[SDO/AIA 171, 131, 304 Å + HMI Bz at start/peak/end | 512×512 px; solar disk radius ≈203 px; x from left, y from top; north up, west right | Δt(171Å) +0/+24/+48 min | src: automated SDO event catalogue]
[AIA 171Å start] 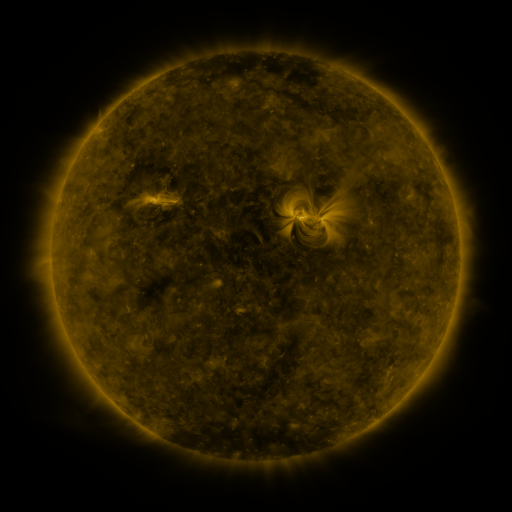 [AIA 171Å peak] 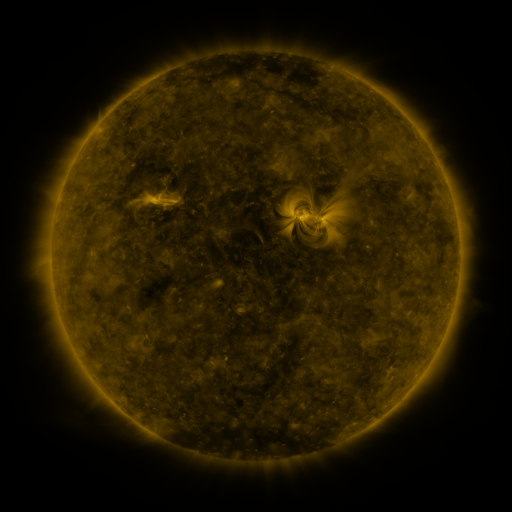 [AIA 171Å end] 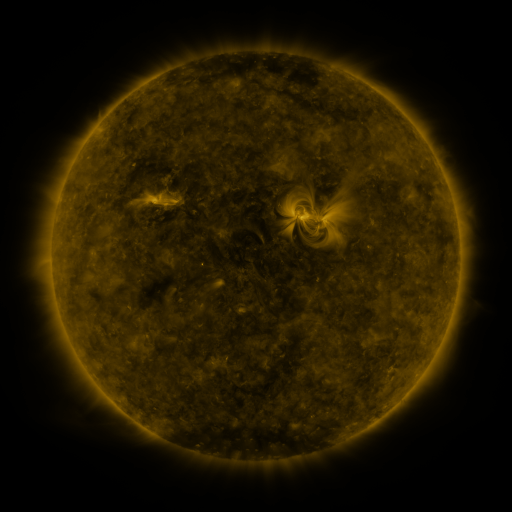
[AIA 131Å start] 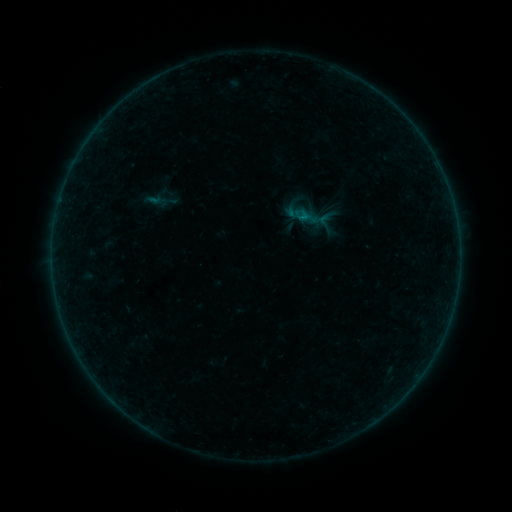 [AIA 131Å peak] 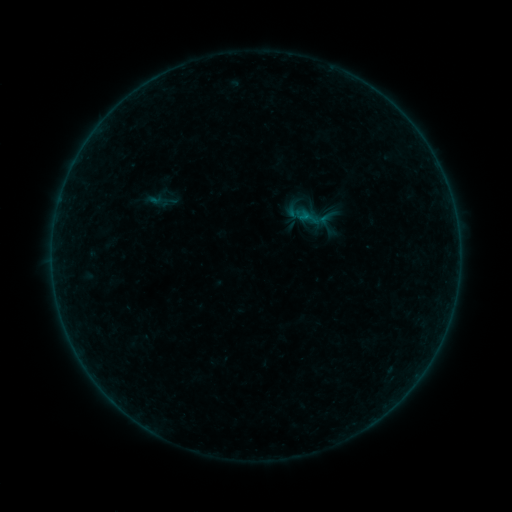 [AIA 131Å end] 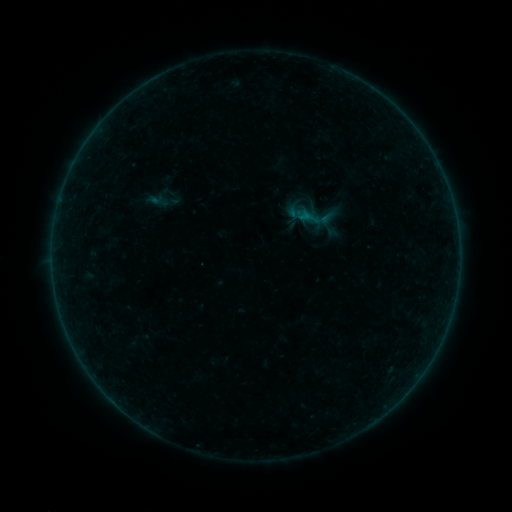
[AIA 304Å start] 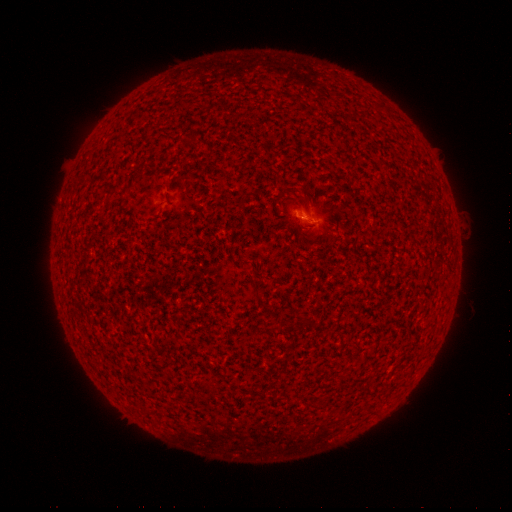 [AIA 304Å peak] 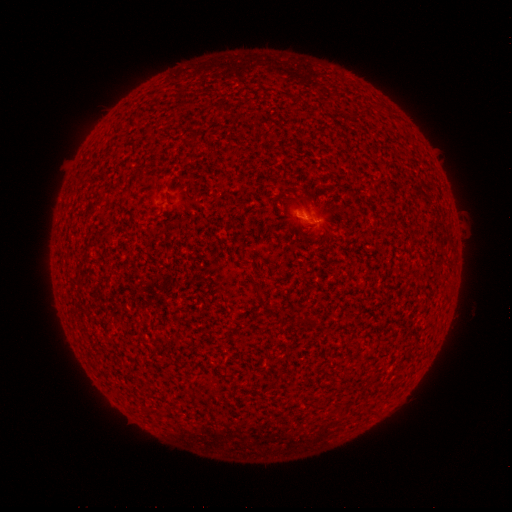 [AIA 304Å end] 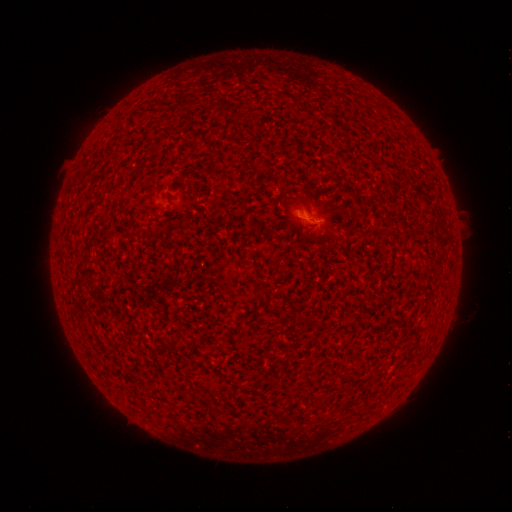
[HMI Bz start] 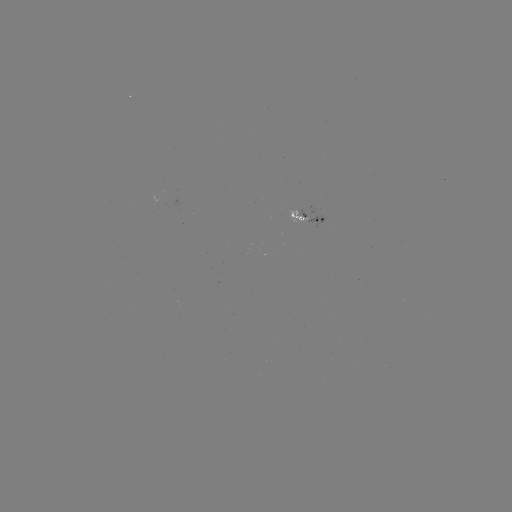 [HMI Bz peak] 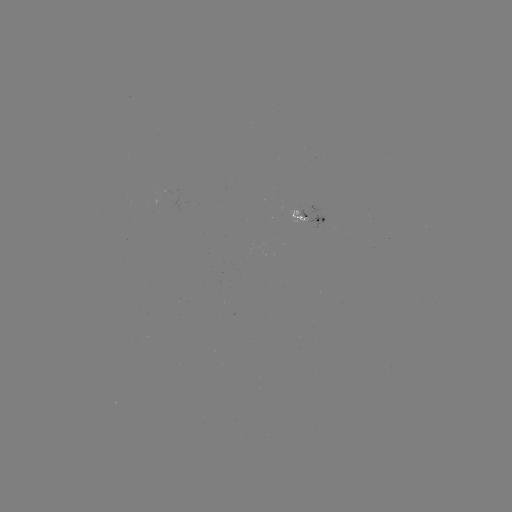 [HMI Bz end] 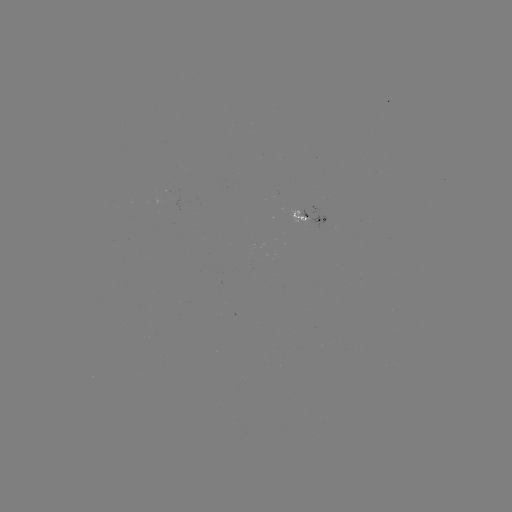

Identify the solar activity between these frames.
B1.0 flare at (305, 219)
